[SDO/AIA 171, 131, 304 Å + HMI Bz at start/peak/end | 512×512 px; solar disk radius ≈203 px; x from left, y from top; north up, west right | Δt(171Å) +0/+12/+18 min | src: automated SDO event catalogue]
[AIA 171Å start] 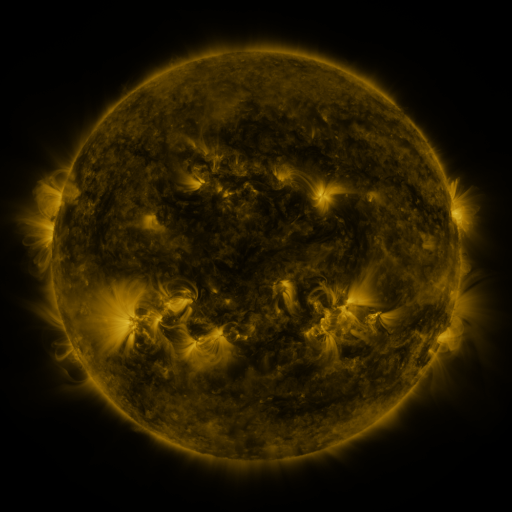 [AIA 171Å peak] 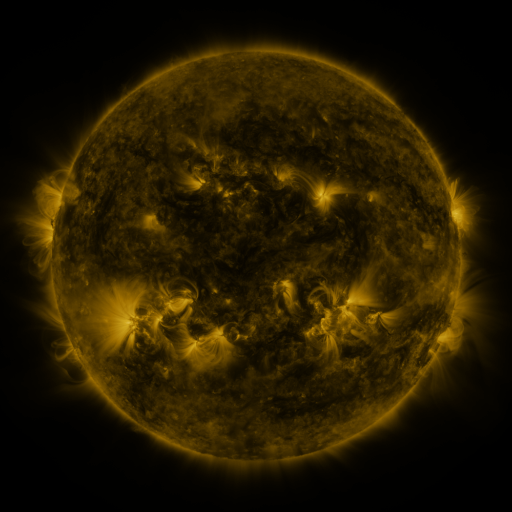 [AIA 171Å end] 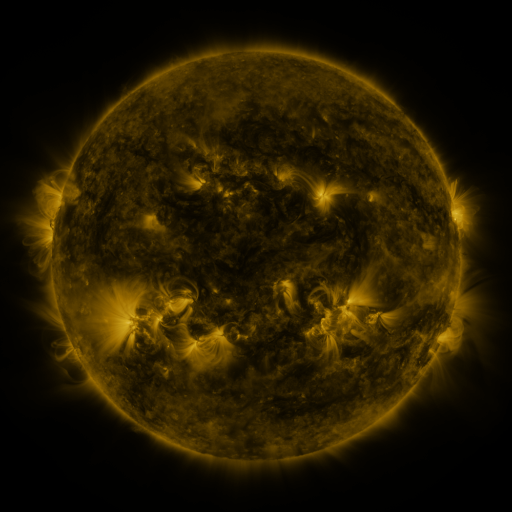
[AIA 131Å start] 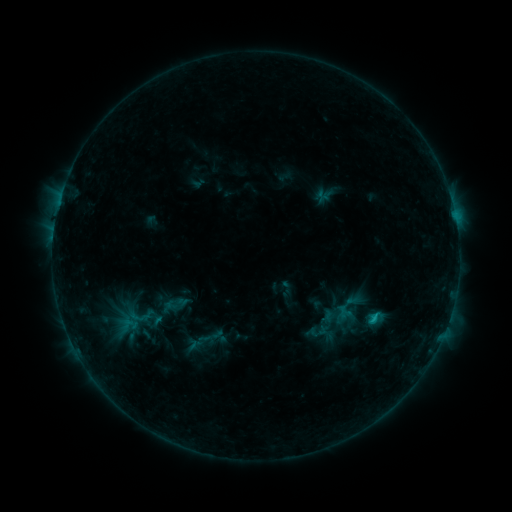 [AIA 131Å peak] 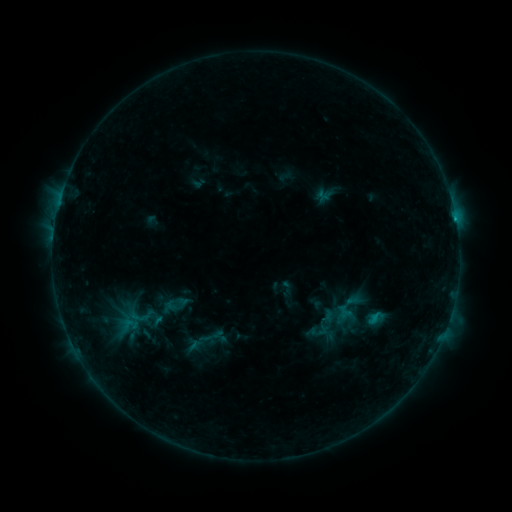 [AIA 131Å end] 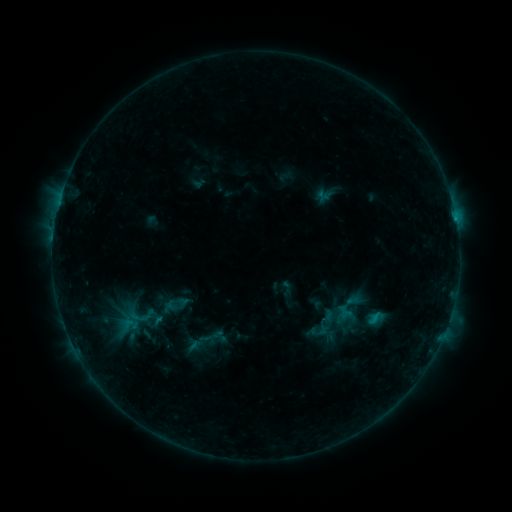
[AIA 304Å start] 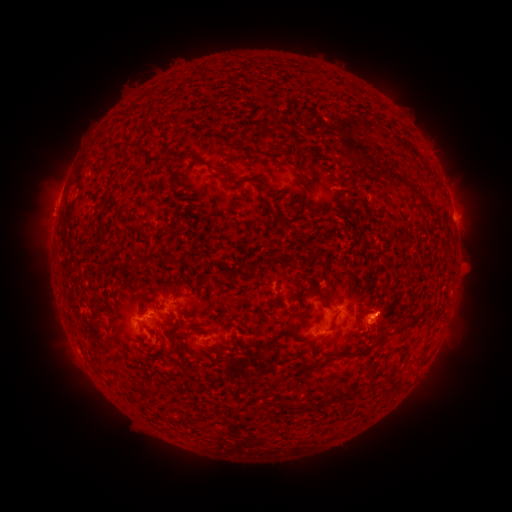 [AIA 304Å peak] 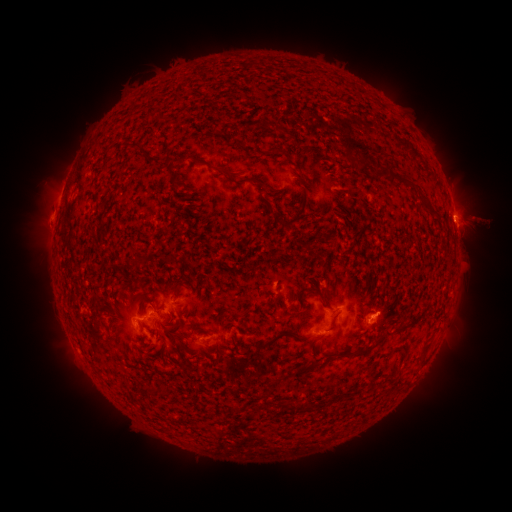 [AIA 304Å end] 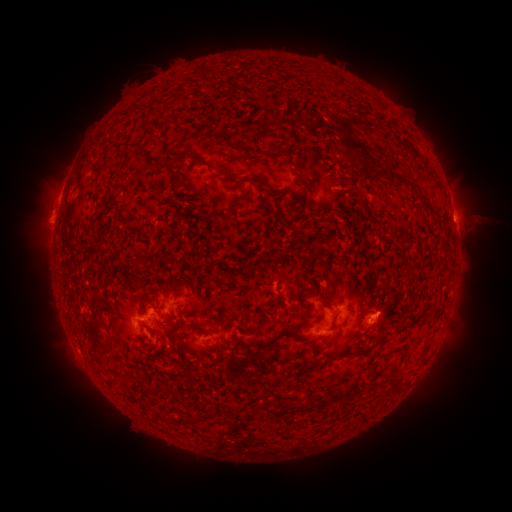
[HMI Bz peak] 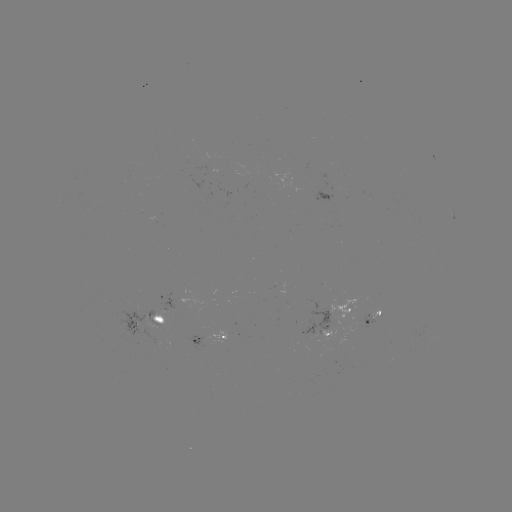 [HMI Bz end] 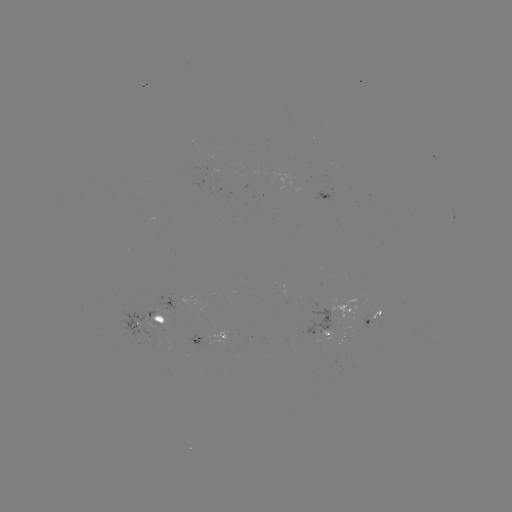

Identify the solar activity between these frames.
eruption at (471, 221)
